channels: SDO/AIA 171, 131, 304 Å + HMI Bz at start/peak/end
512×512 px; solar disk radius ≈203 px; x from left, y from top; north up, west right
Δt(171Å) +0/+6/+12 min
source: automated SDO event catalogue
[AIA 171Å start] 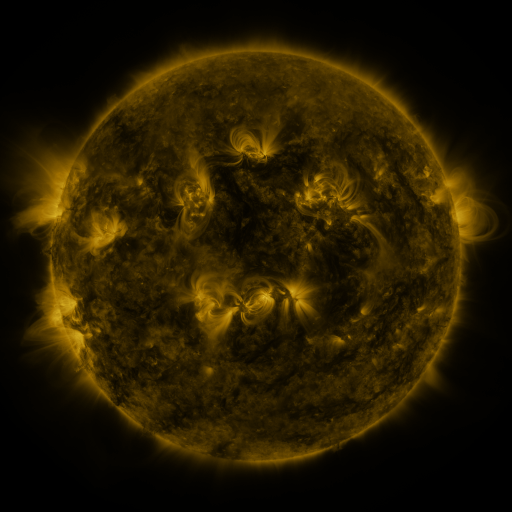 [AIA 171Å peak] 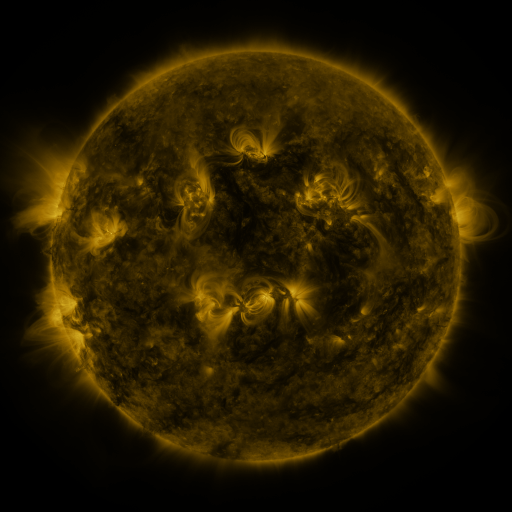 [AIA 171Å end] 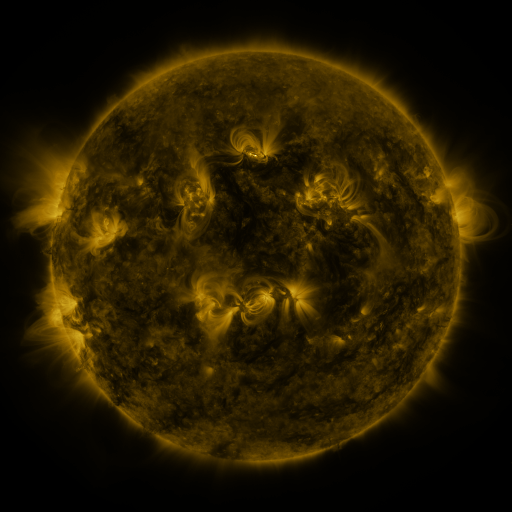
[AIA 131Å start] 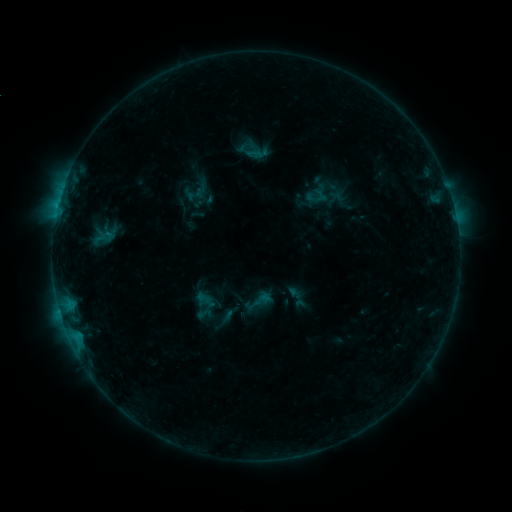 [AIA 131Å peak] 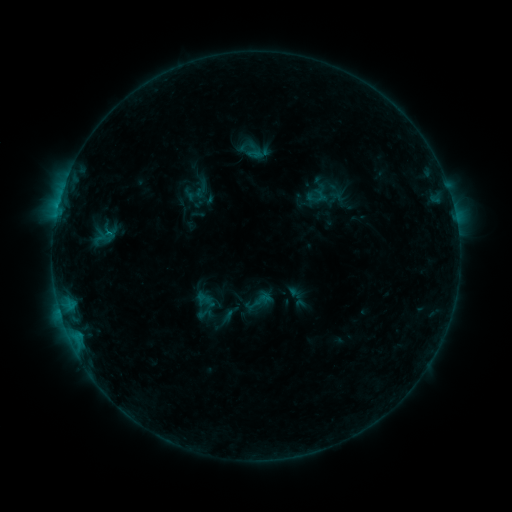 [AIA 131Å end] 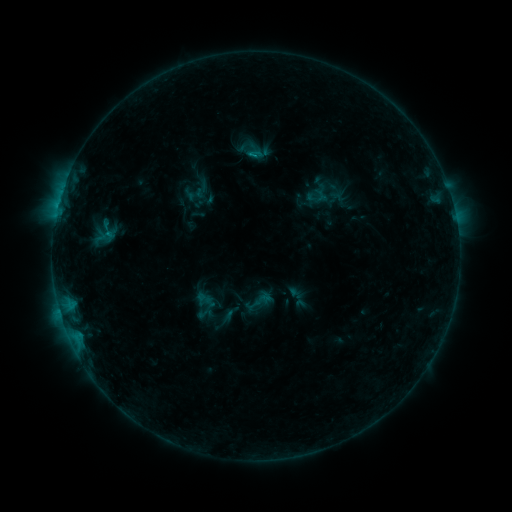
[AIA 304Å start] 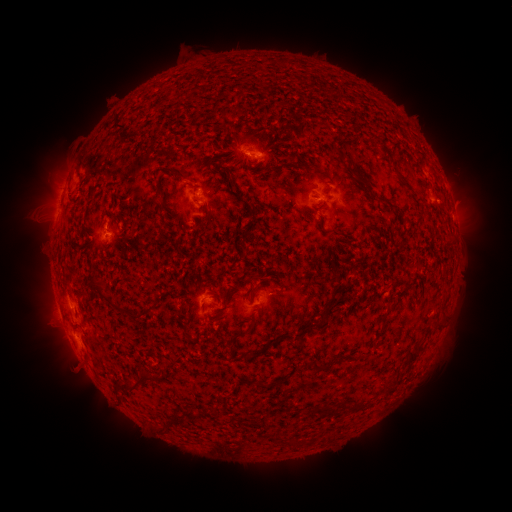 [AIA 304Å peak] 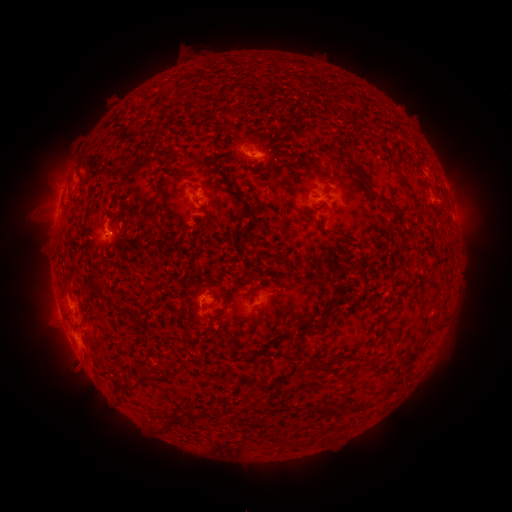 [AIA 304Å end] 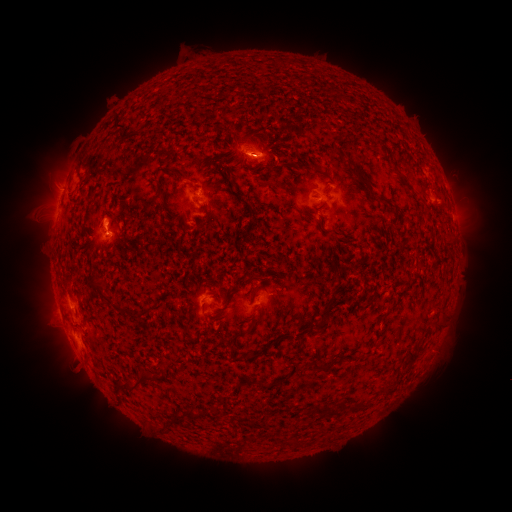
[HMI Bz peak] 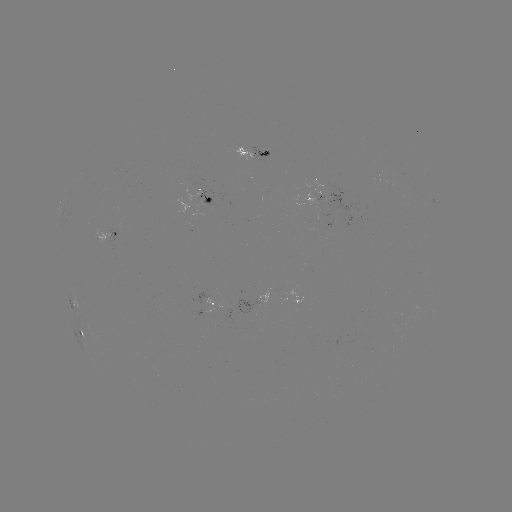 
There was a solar flare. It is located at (58, 206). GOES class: B5.5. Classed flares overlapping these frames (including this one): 2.